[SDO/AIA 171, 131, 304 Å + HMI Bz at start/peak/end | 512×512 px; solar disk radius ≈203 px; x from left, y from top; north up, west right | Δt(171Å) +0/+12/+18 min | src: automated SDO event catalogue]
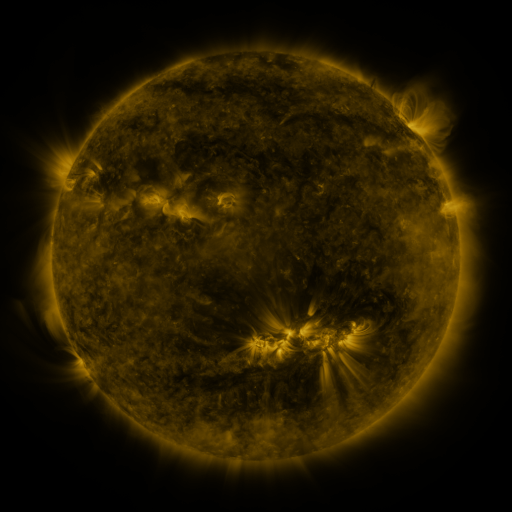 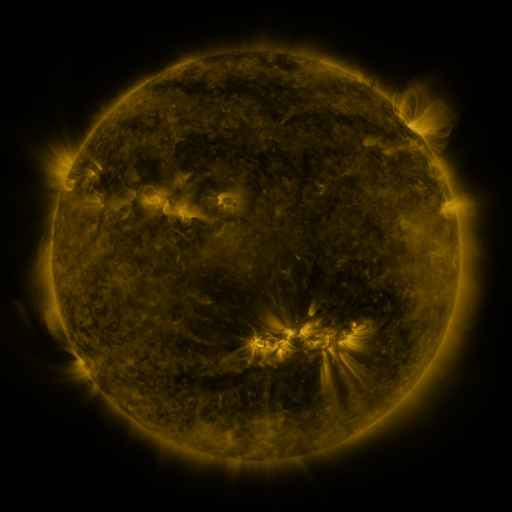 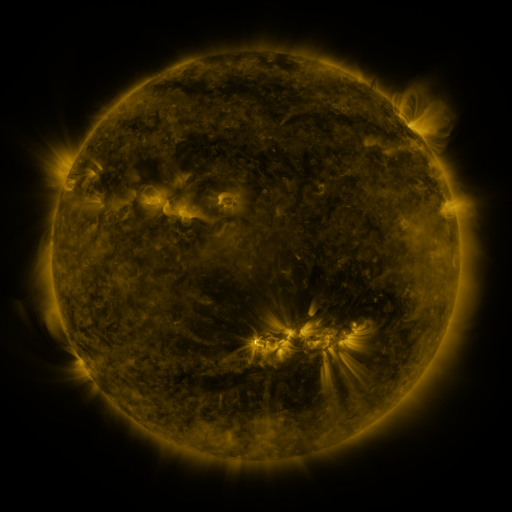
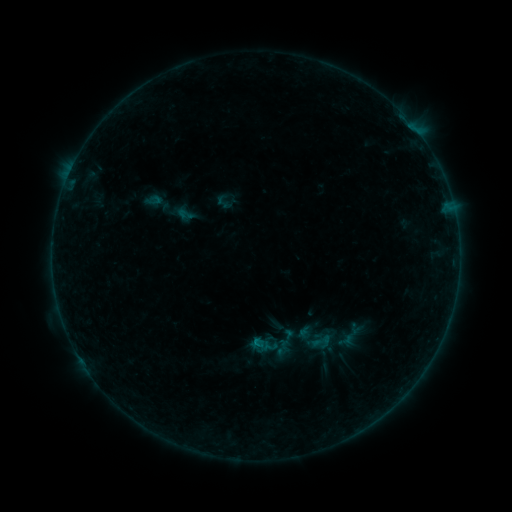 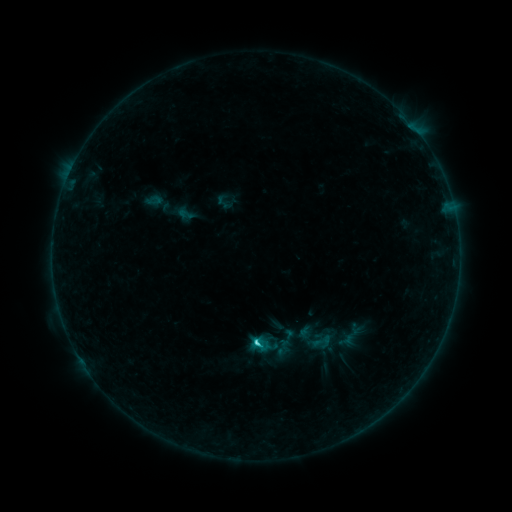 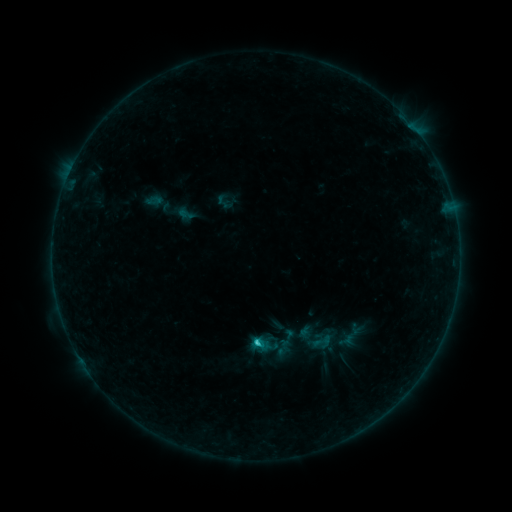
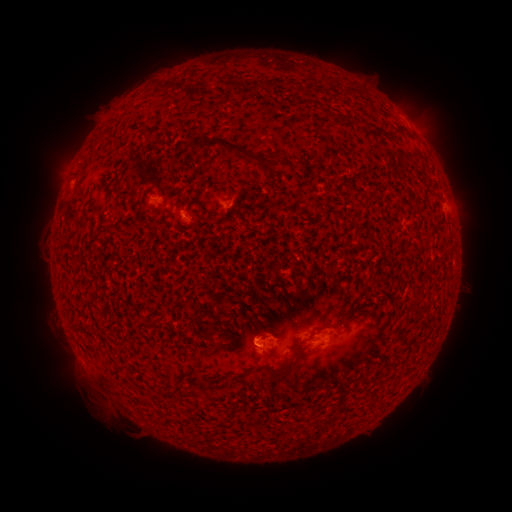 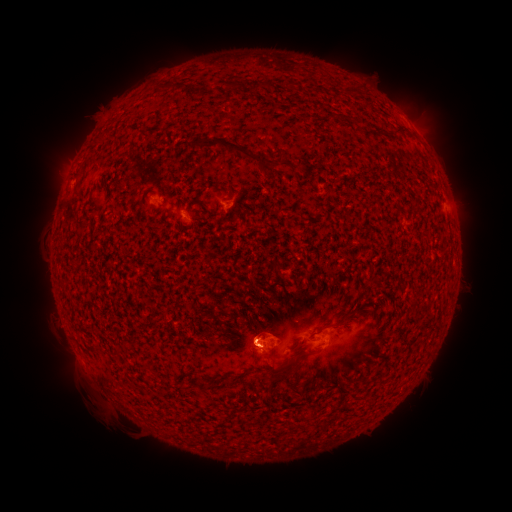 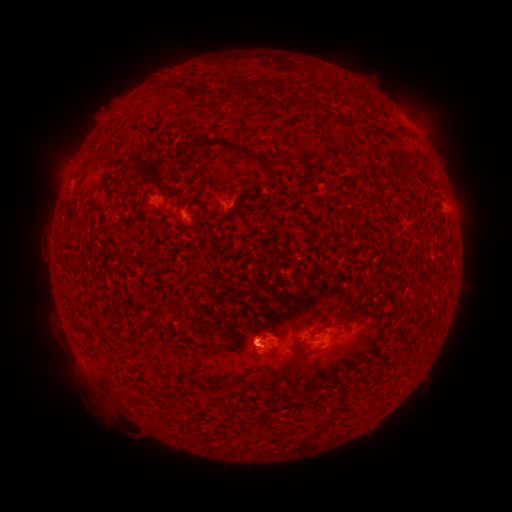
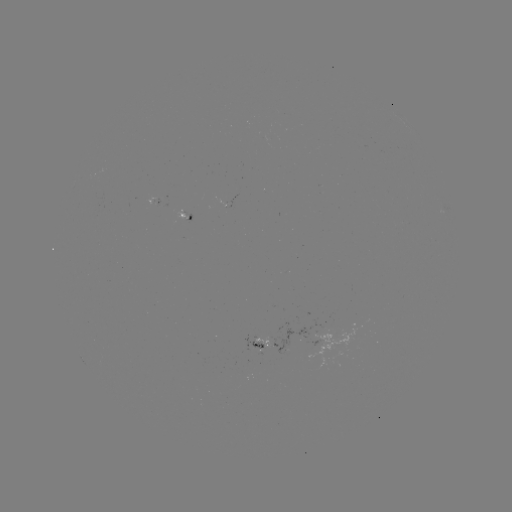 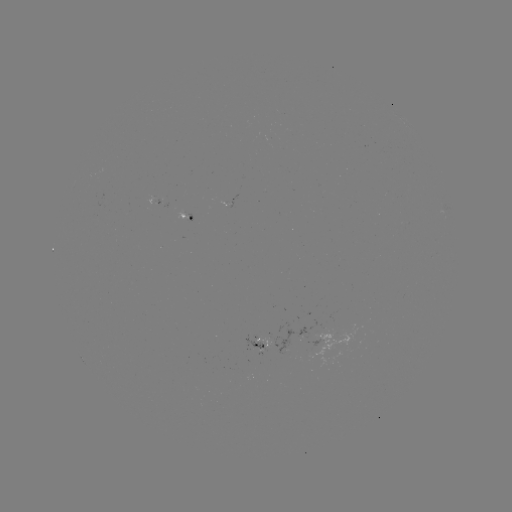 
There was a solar flare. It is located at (256, 342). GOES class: C1.5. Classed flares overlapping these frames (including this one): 1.